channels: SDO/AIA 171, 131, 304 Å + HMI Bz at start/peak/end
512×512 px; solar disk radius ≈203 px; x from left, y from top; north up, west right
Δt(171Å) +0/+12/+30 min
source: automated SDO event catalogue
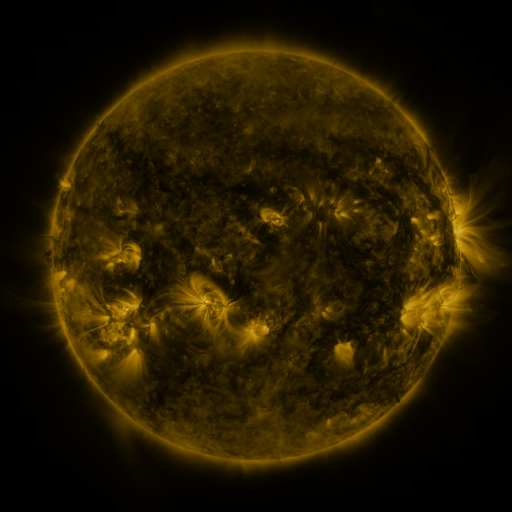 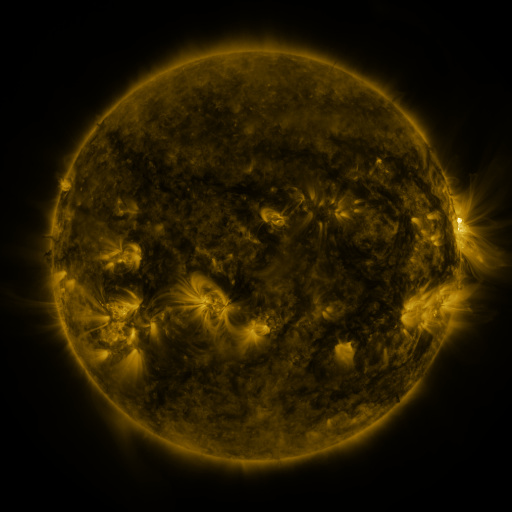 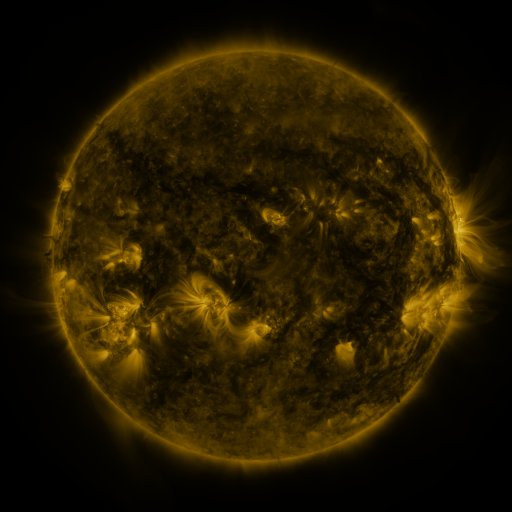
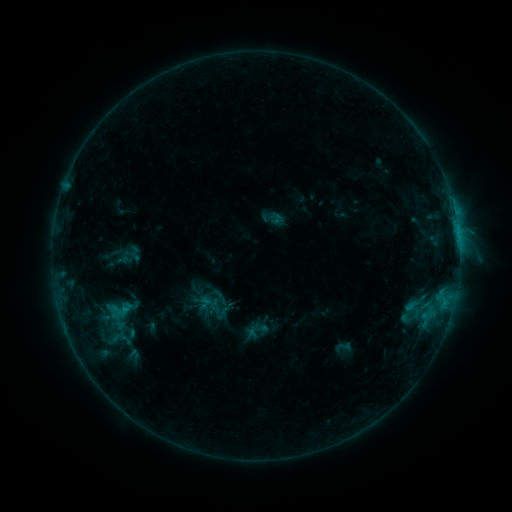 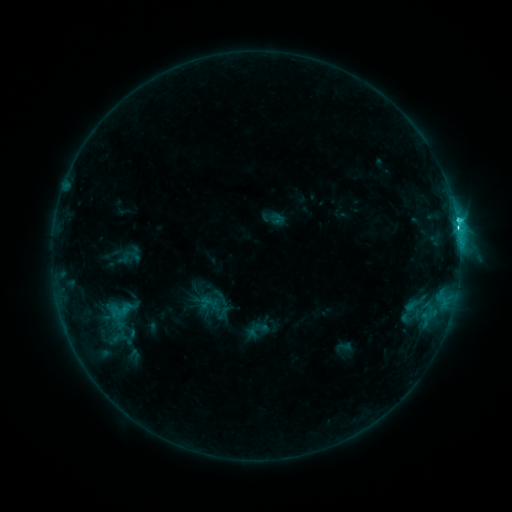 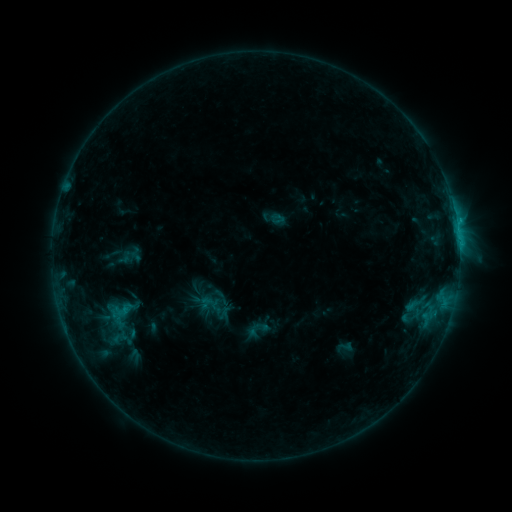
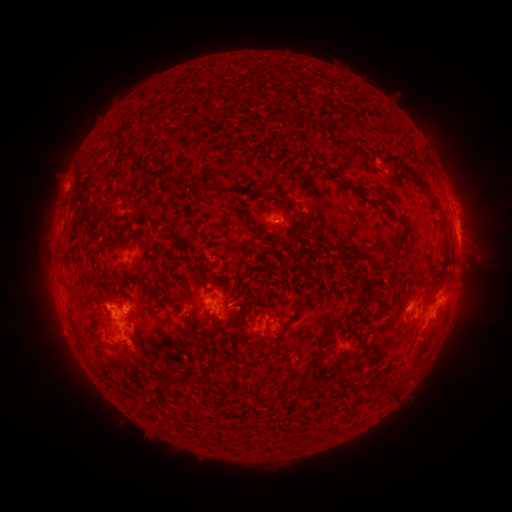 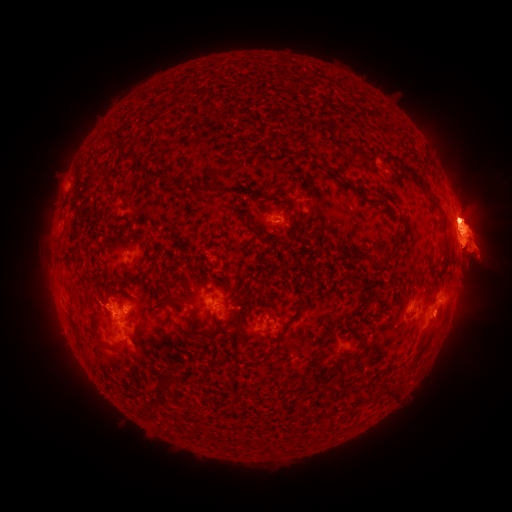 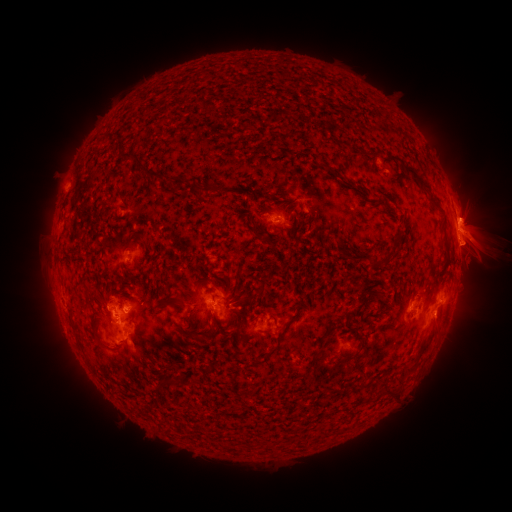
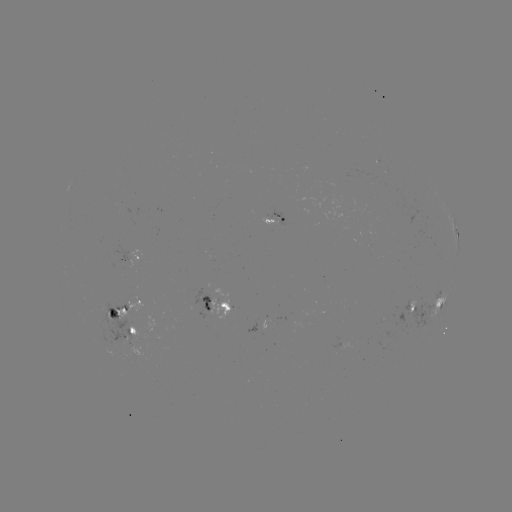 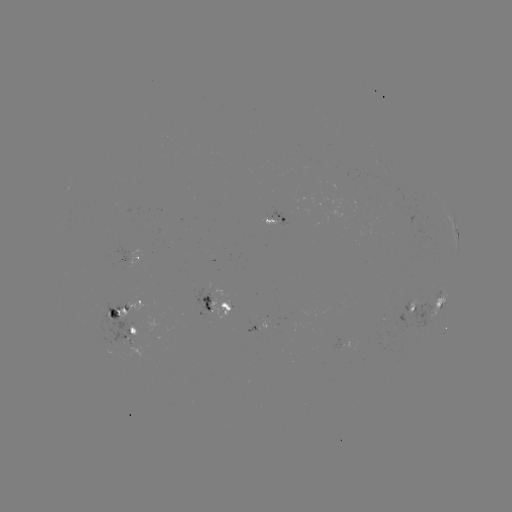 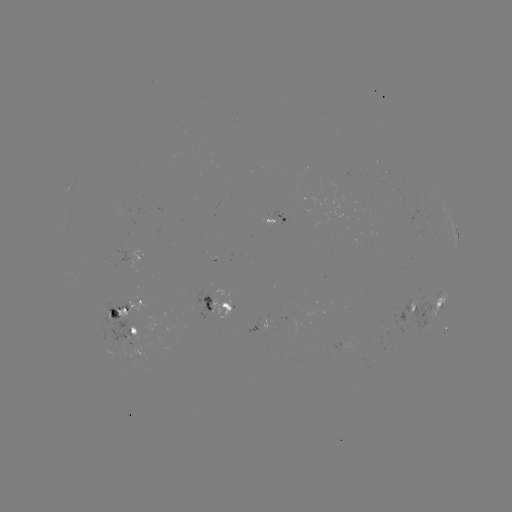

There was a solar eruption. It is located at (469, 236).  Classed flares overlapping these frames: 1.